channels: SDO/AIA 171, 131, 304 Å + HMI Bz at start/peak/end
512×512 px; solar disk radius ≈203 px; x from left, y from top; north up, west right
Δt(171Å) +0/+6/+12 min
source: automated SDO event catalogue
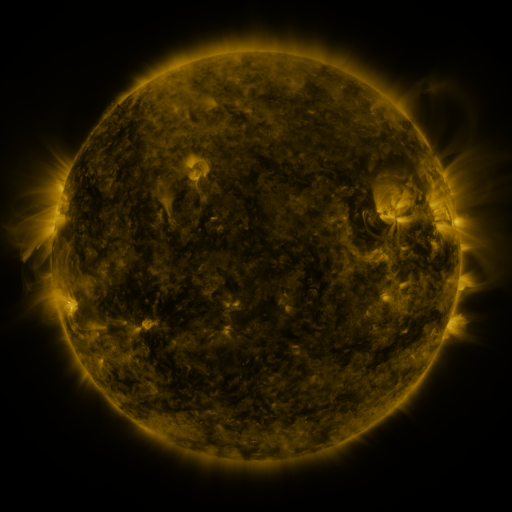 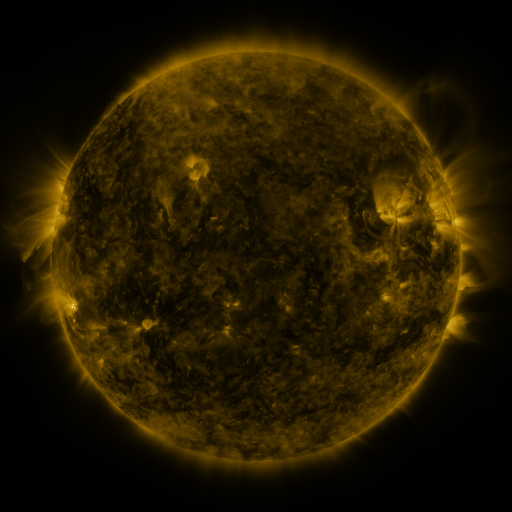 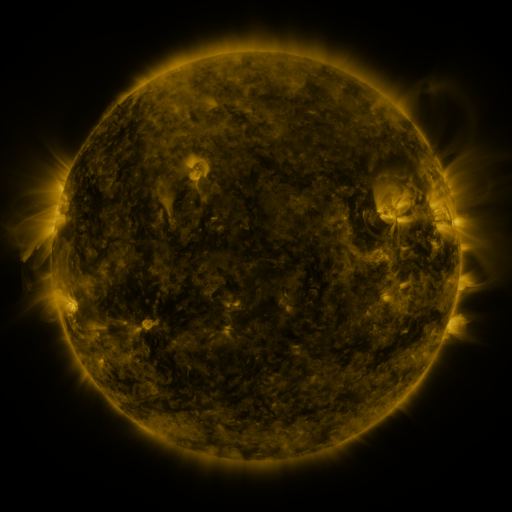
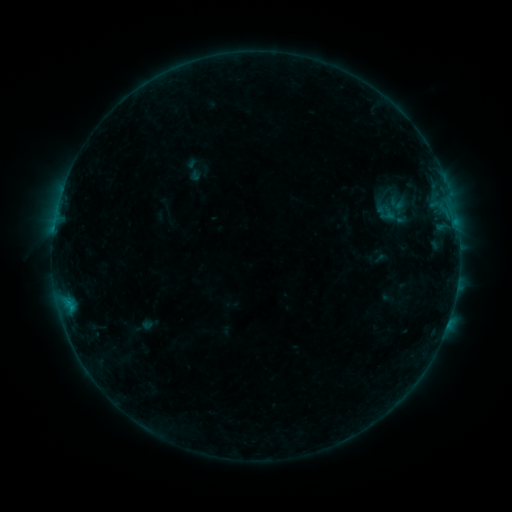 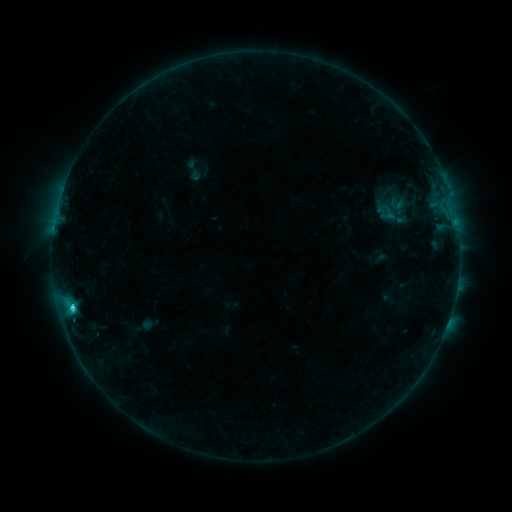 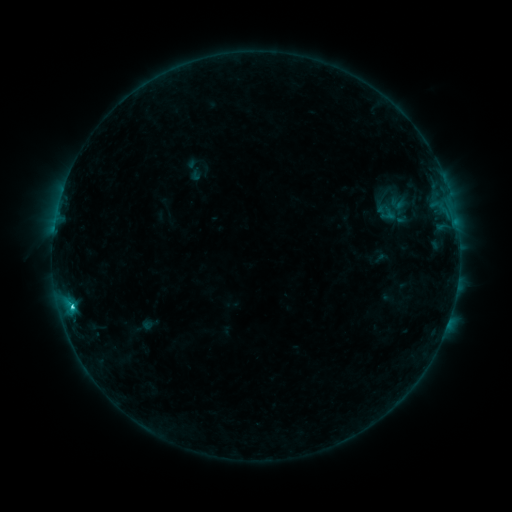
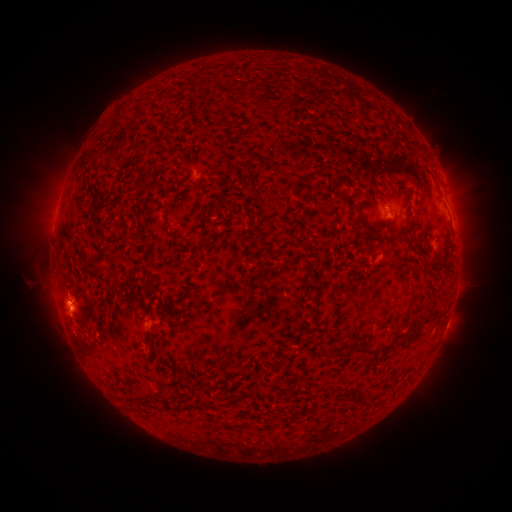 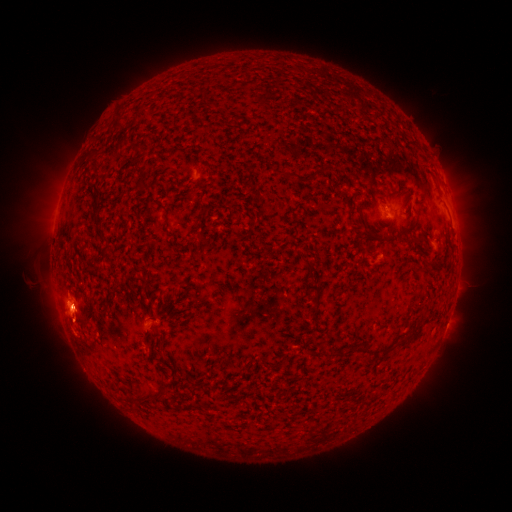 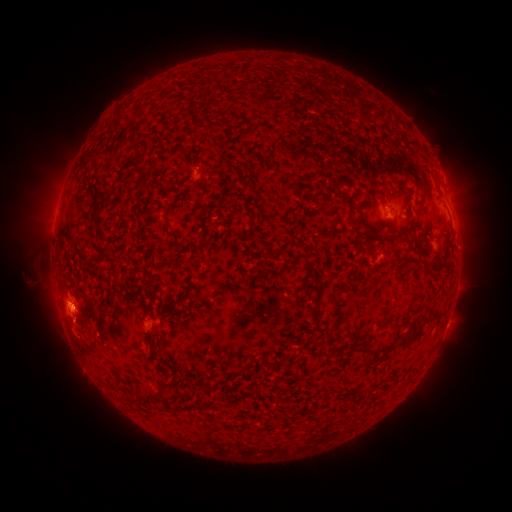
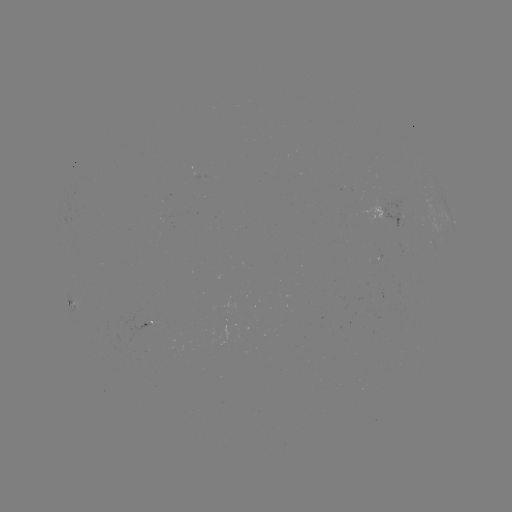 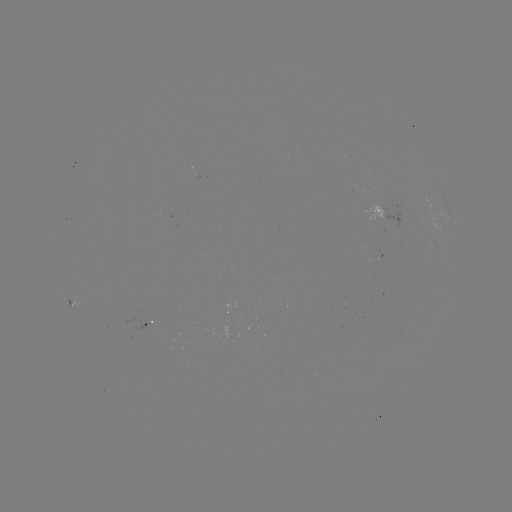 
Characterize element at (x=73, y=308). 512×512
C2.0 flare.